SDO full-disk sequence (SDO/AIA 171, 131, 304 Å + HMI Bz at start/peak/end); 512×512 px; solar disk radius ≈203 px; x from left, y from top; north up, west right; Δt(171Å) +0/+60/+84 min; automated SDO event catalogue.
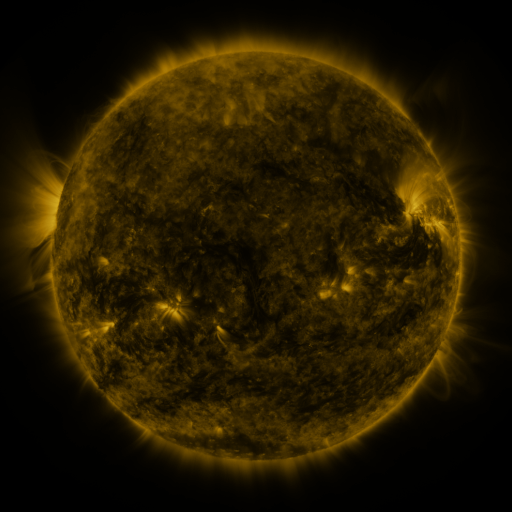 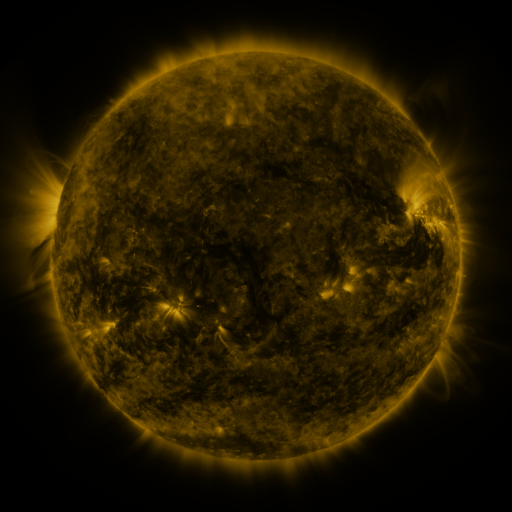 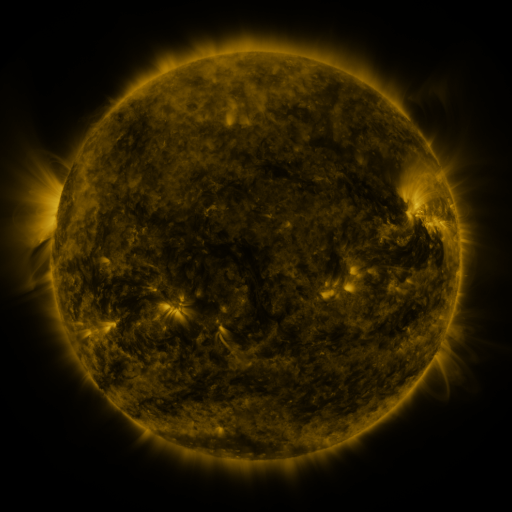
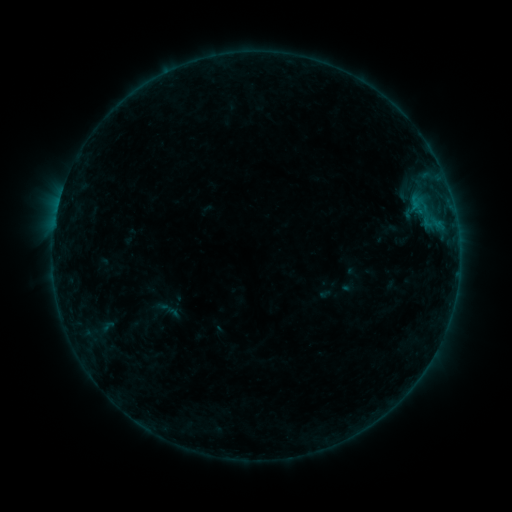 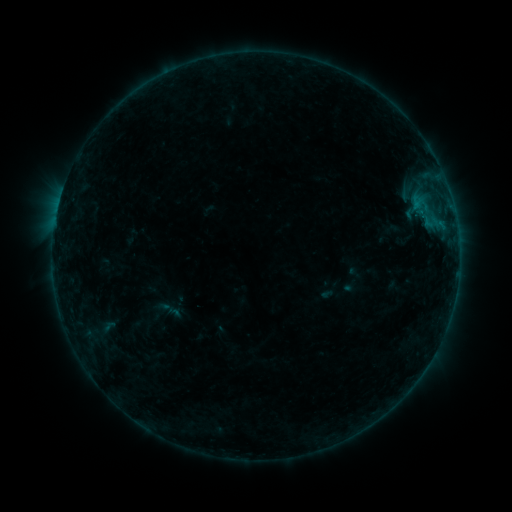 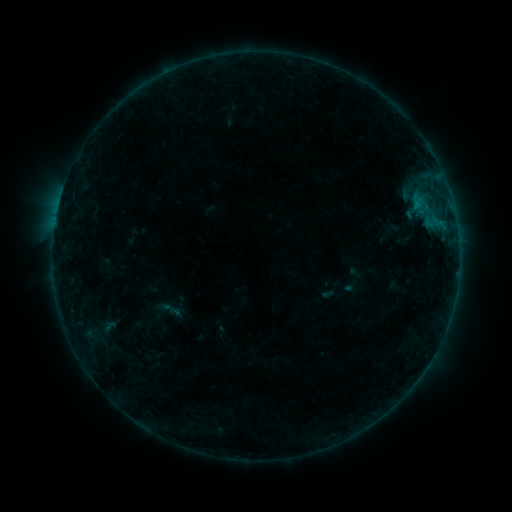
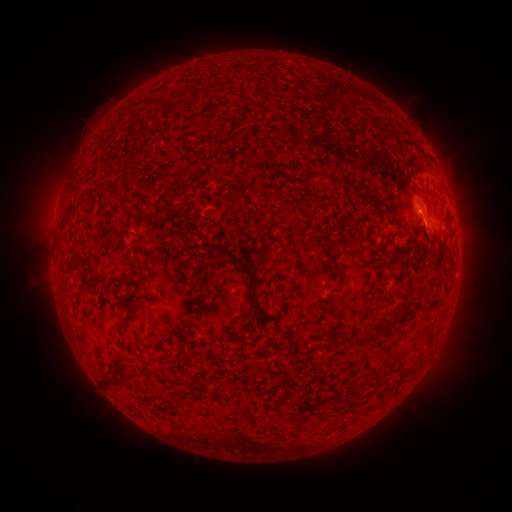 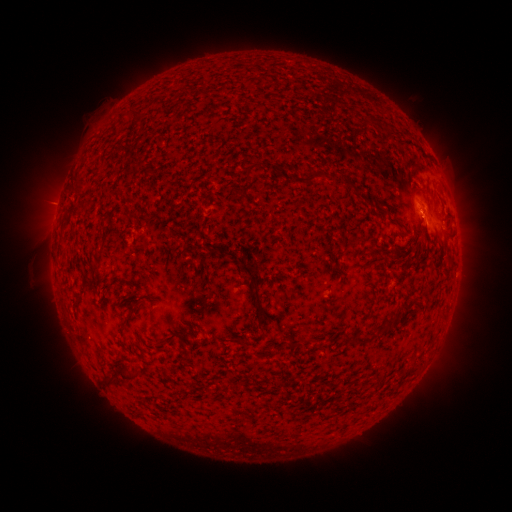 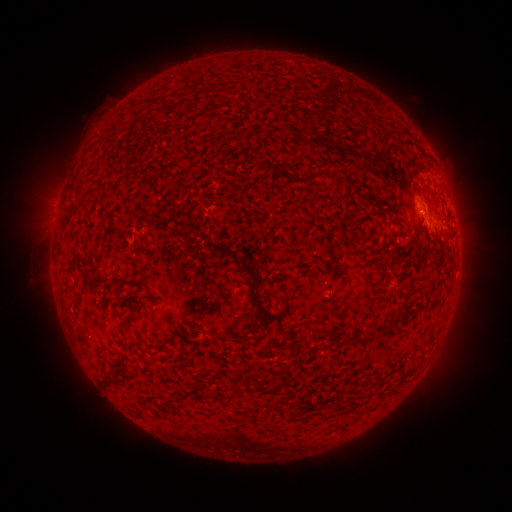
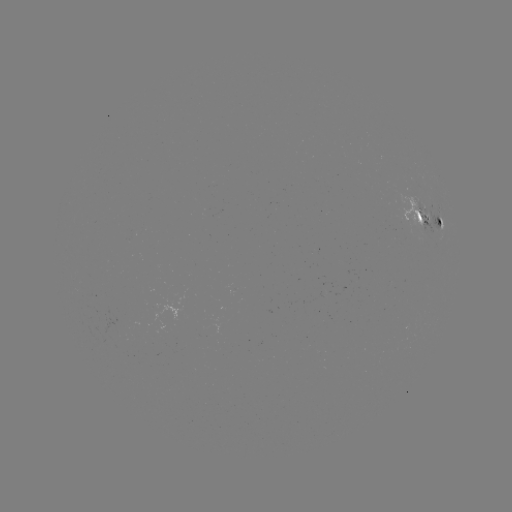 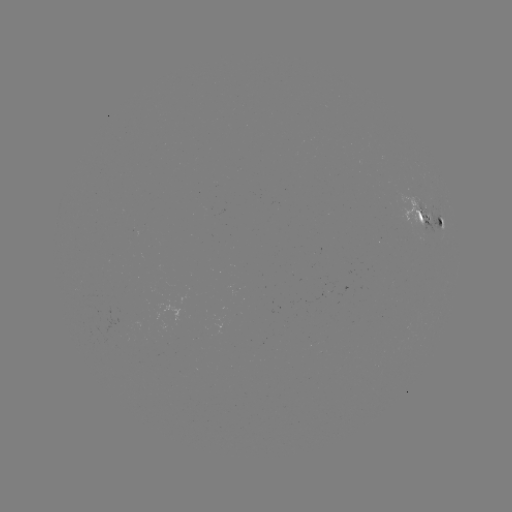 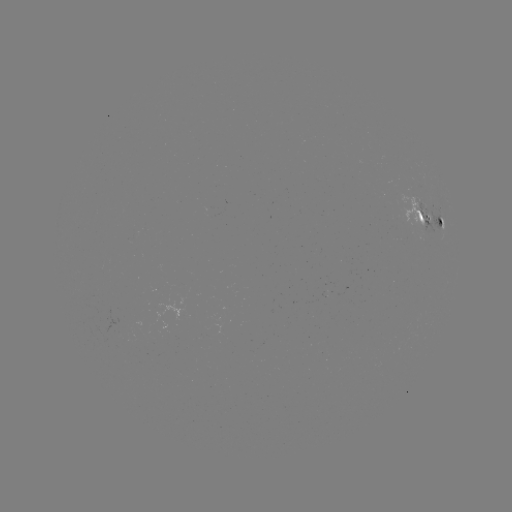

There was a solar emerging-flux region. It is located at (413, 203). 